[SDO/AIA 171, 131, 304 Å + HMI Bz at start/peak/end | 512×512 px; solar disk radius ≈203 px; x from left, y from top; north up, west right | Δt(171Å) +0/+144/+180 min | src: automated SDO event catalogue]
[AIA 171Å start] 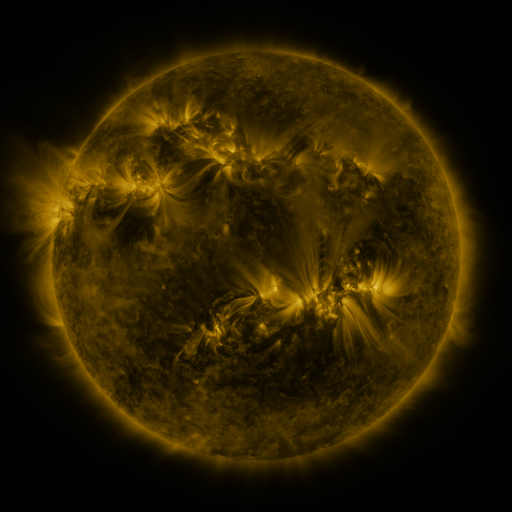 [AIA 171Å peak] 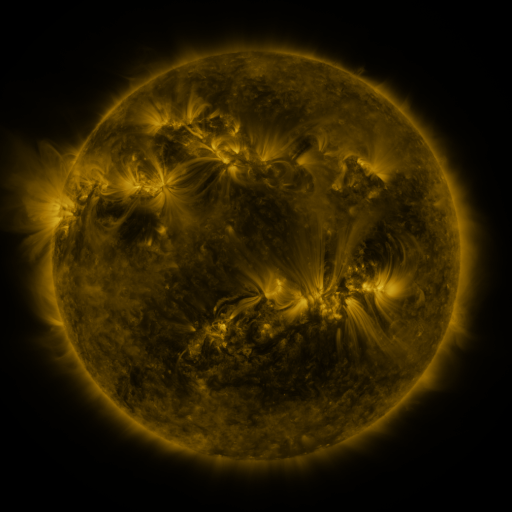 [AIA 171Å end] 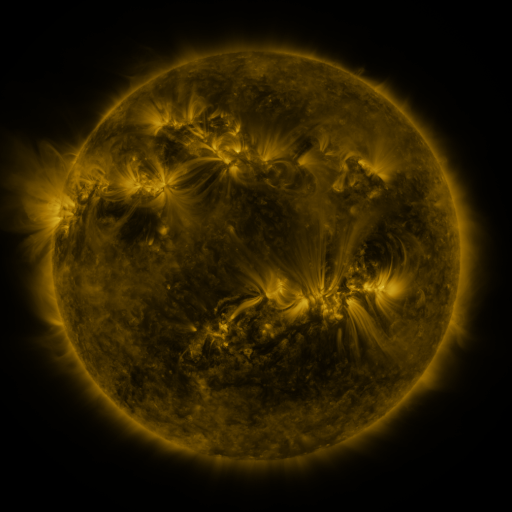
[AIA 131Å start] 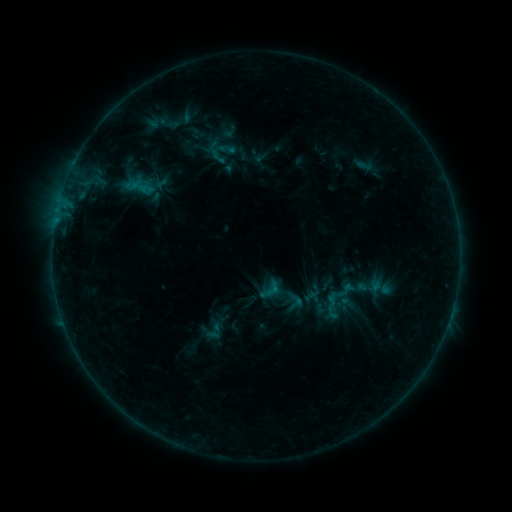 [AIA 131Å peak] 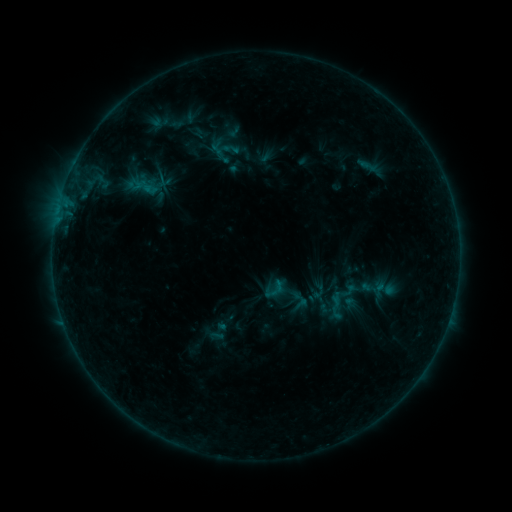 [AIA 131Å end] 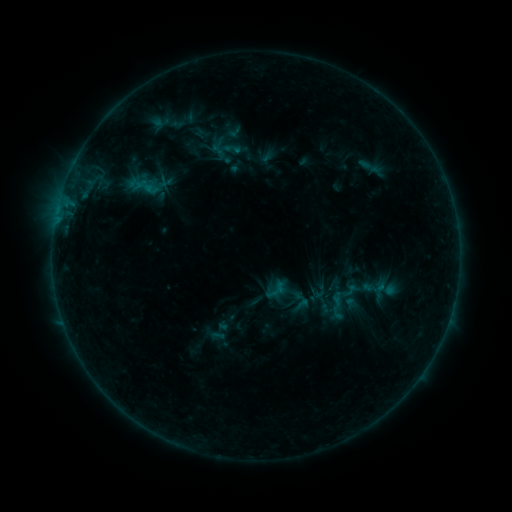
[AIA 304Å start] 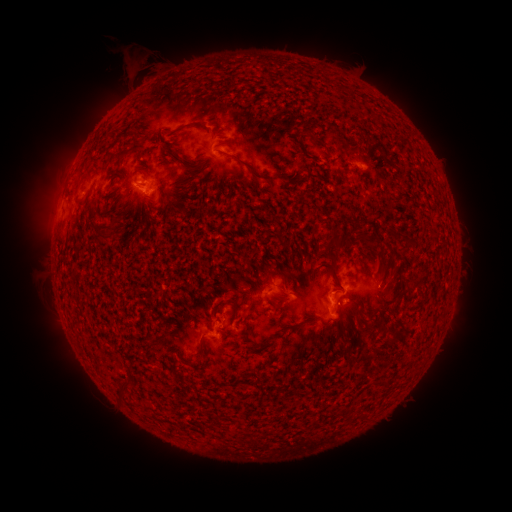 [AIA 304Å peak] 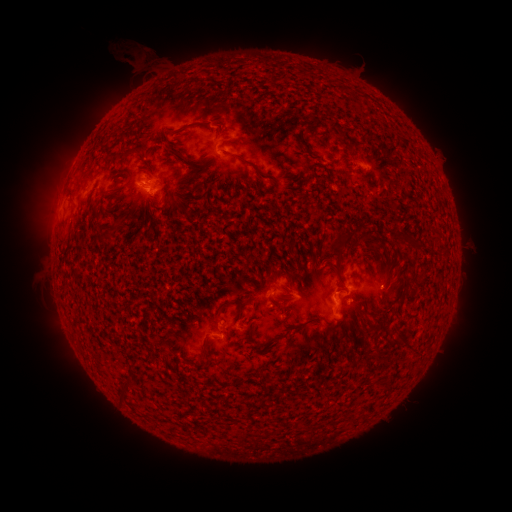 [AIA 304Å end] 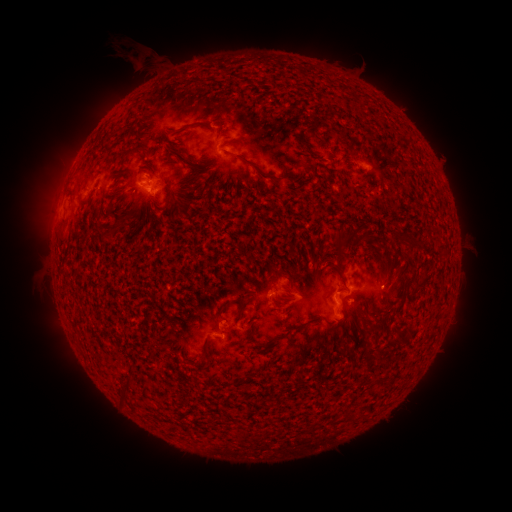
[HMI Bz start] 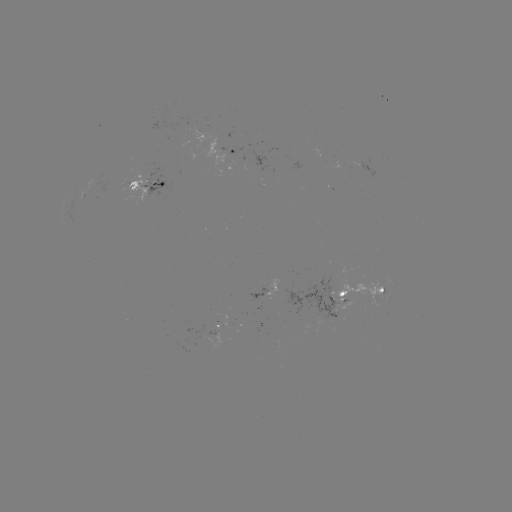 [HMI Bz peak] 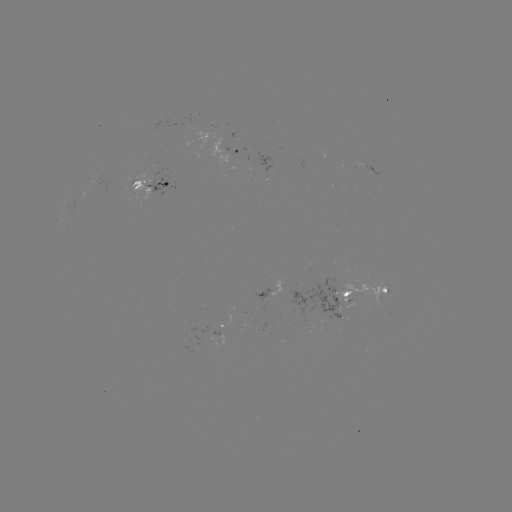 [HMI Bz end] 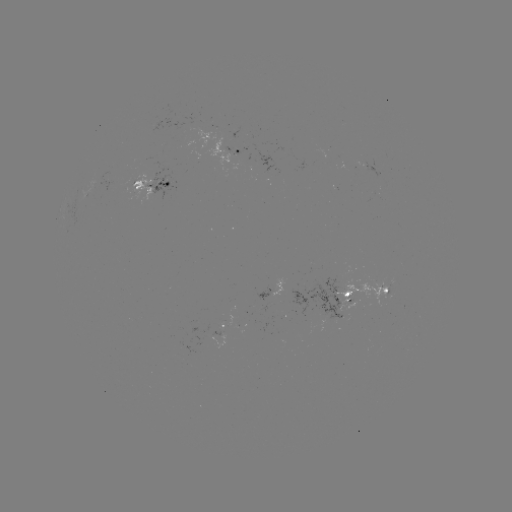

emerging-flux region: [351, 160, 382, 180]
